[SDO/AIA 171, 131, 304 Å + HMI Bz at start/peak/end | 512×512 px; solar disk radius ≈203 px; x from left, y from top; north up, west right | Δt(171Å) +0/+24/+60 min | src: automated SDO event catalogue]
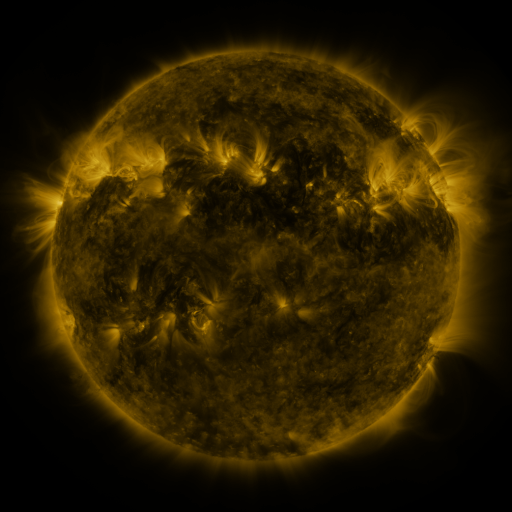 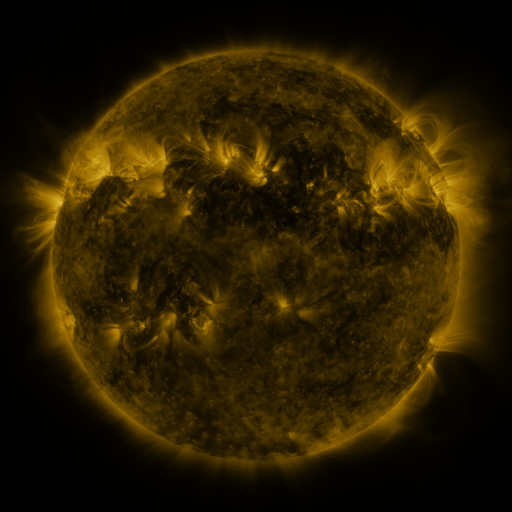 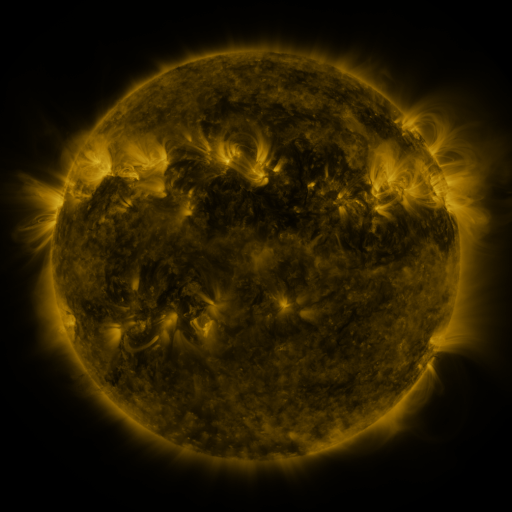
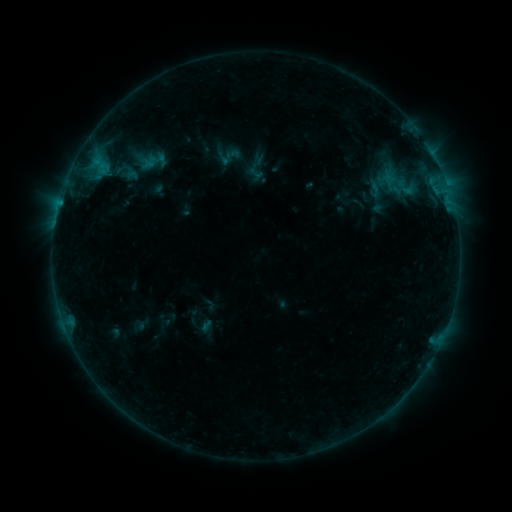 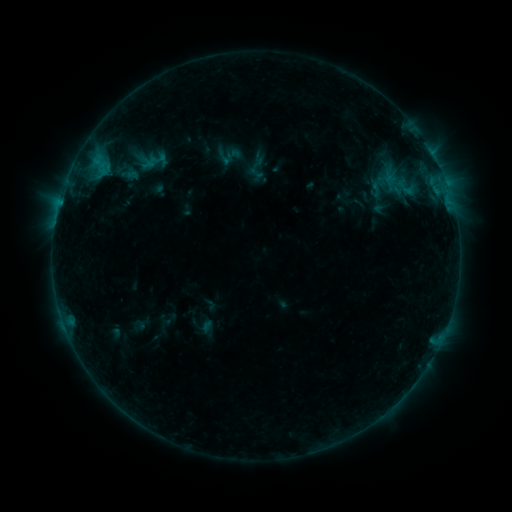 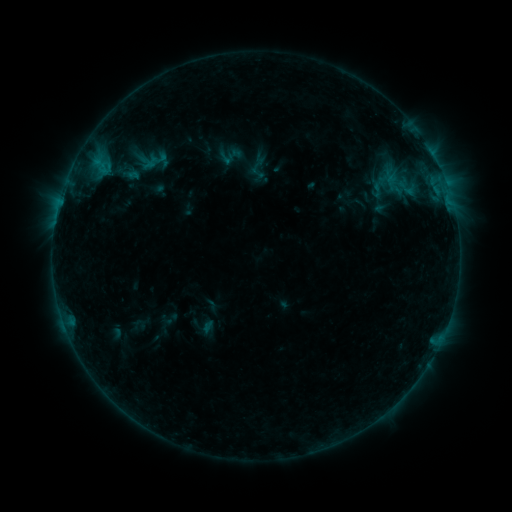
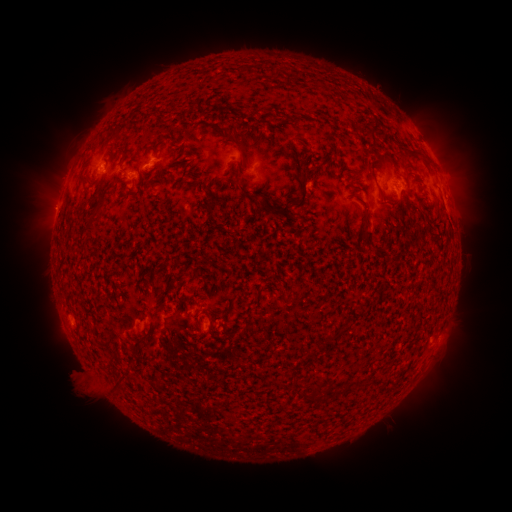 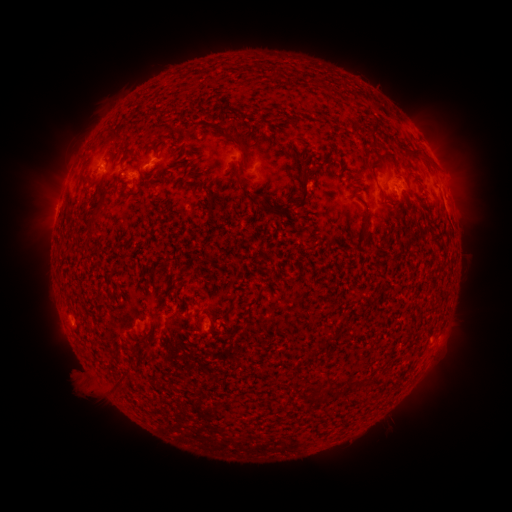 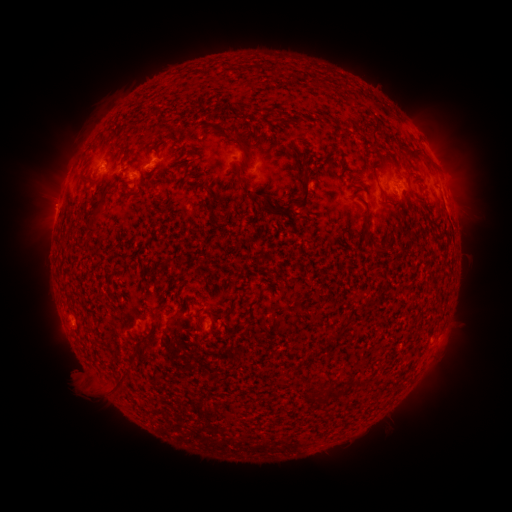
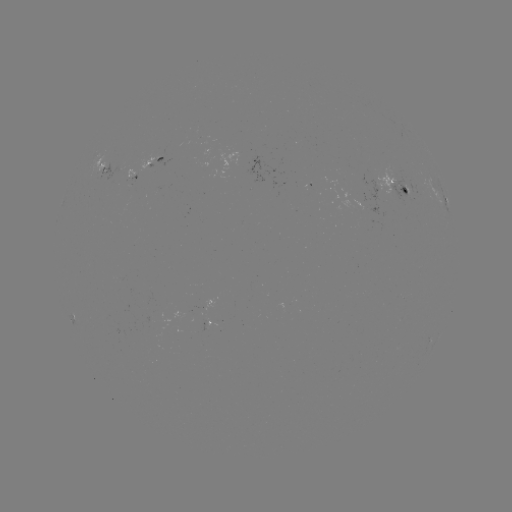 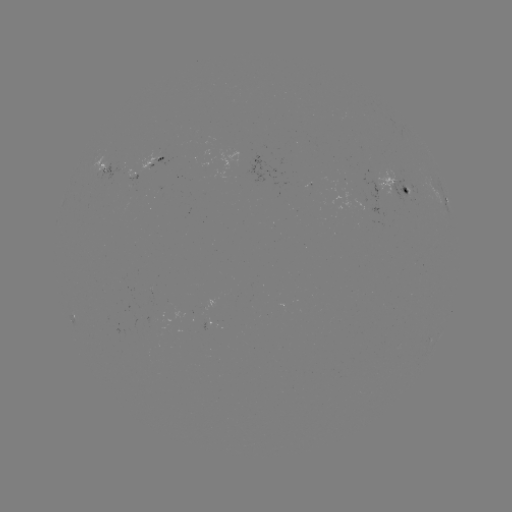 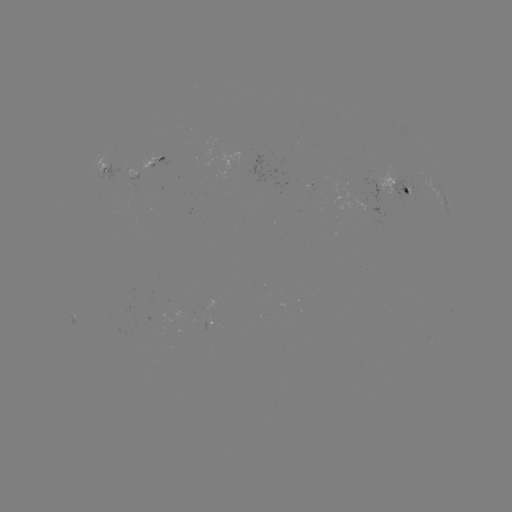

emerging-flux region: <bbox>361, 179, 385, 204</bbox>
